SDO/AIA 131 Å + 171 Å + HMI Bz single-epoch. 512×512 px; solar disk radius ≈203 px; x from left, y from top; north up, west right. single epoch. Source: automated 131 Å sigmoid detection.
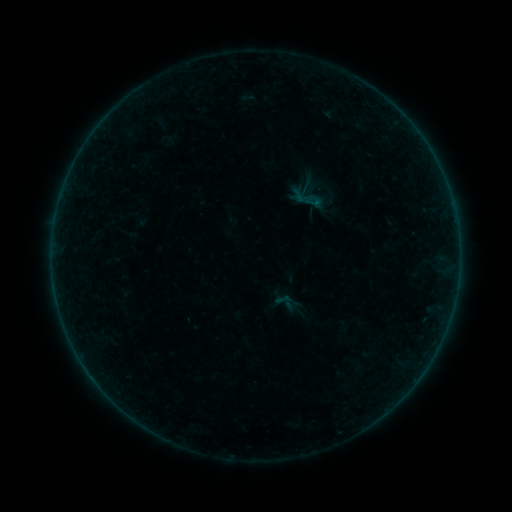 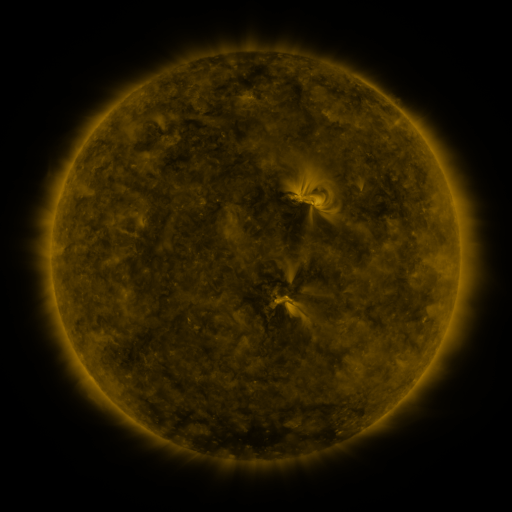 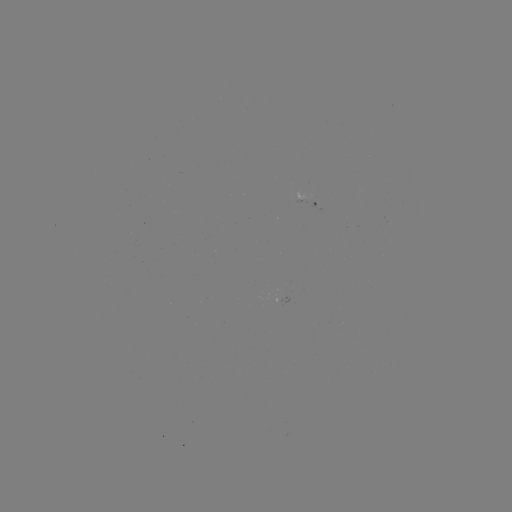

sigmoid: (304, 193, 323, 212)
